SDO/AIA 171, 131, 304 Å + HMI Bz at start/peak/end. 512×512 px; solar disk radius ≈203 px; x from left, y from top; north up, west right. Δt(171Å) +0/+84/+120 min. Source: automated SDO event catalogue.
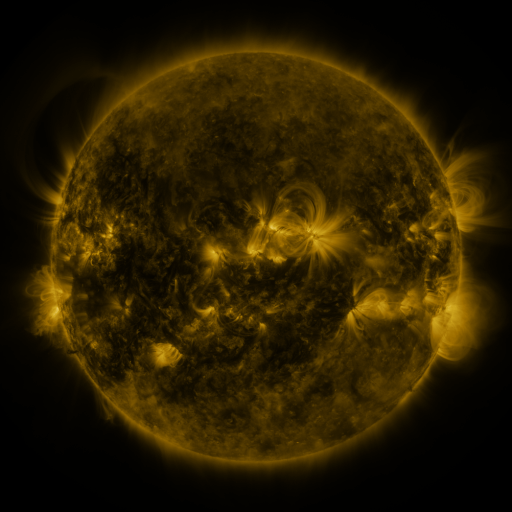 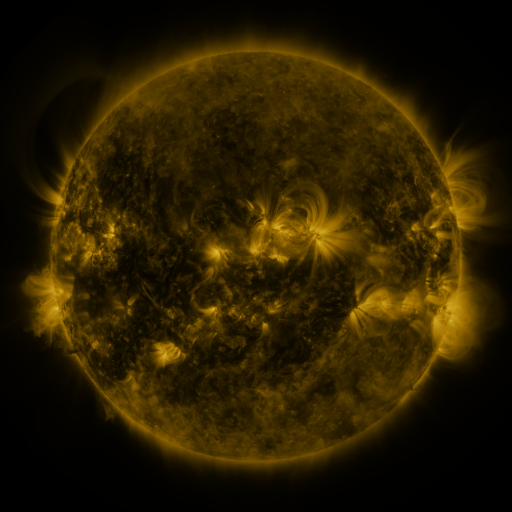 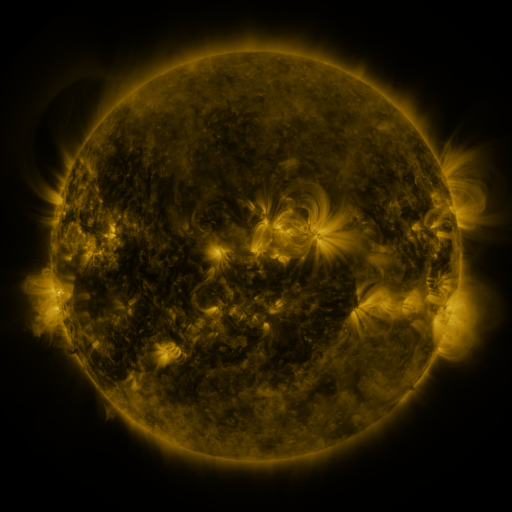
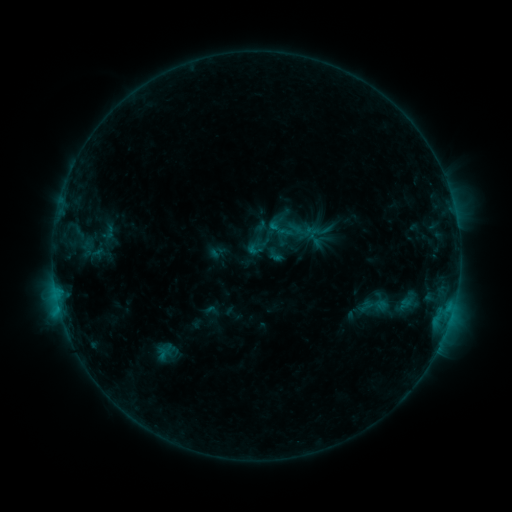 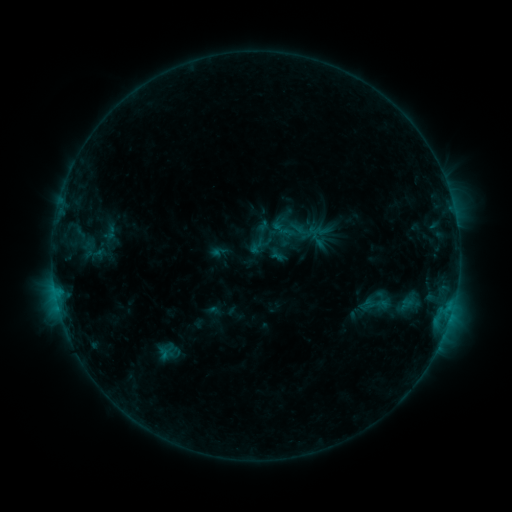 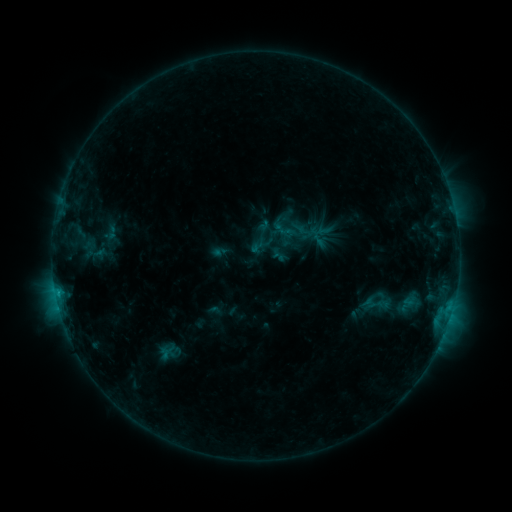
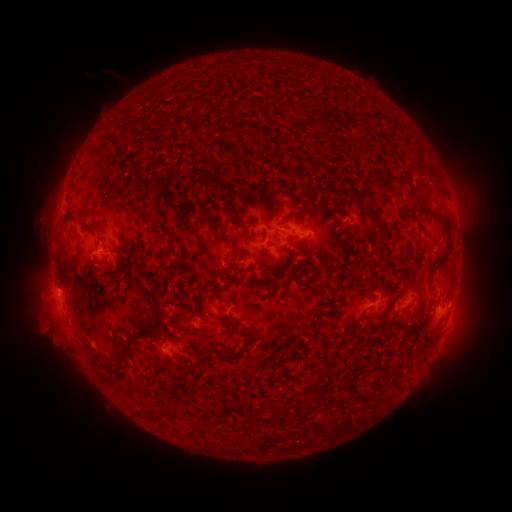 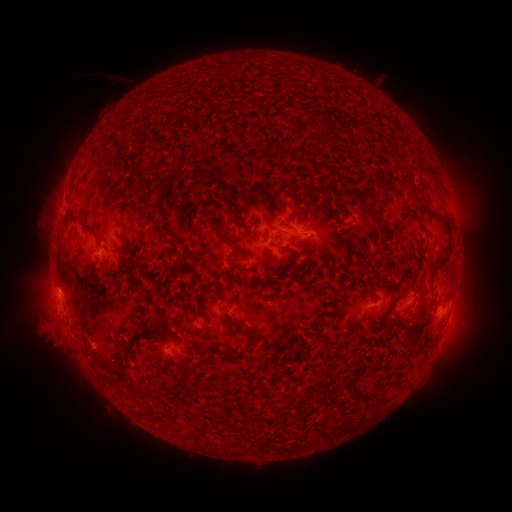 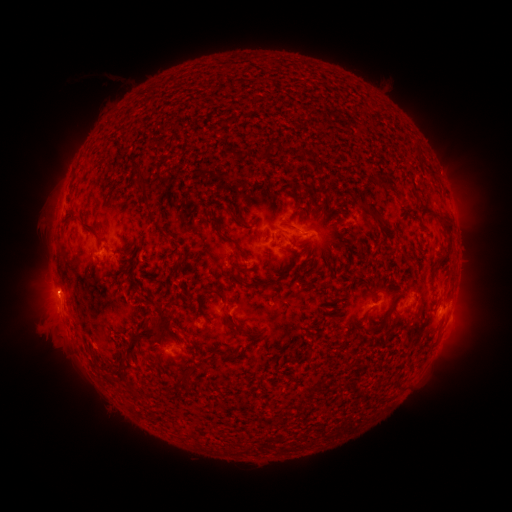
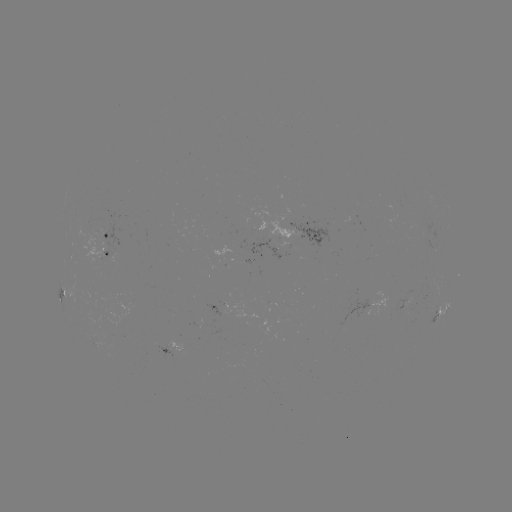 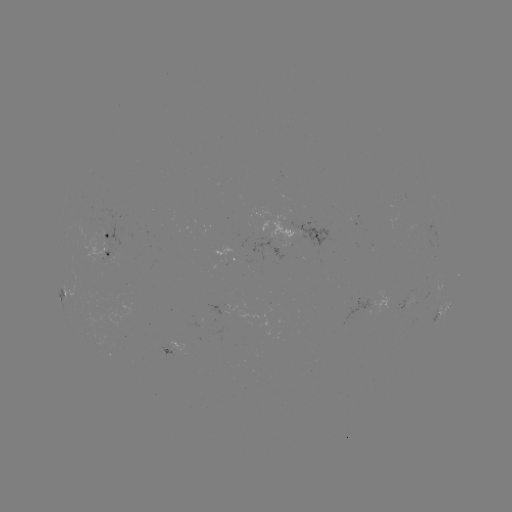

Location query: emerging-flux region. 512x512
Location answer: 412,298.